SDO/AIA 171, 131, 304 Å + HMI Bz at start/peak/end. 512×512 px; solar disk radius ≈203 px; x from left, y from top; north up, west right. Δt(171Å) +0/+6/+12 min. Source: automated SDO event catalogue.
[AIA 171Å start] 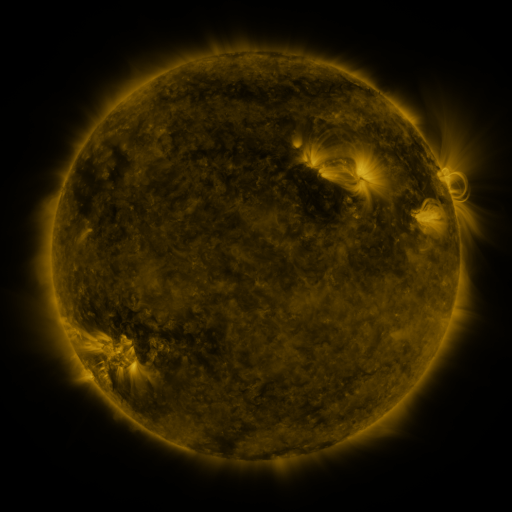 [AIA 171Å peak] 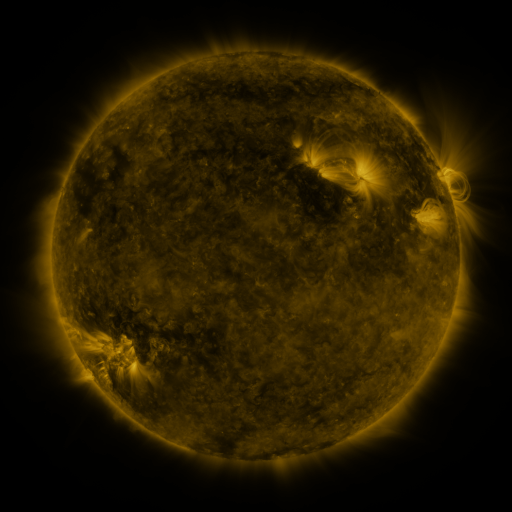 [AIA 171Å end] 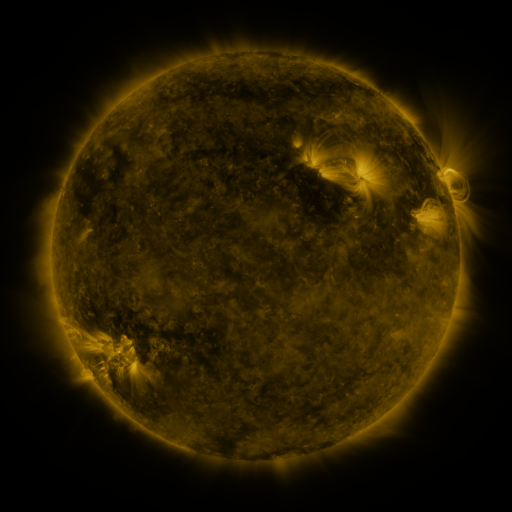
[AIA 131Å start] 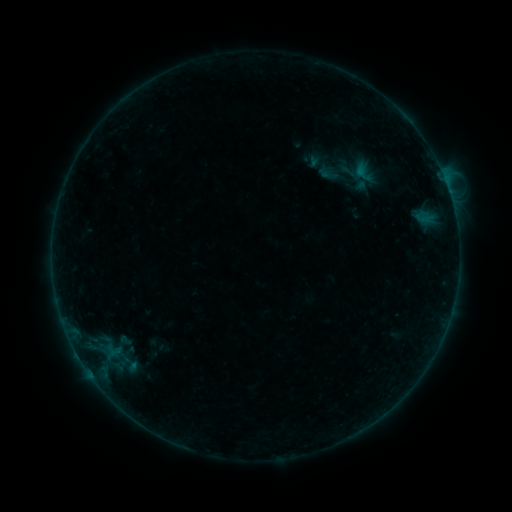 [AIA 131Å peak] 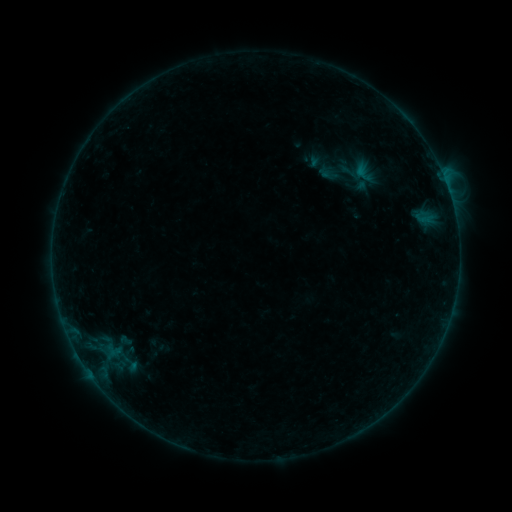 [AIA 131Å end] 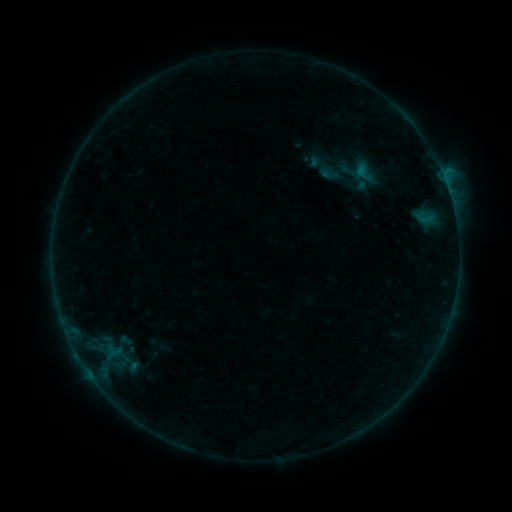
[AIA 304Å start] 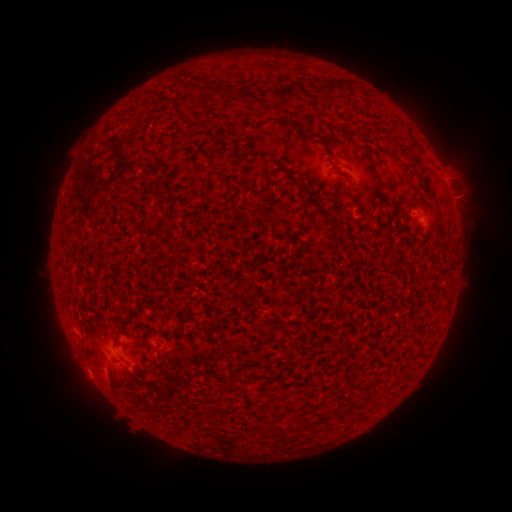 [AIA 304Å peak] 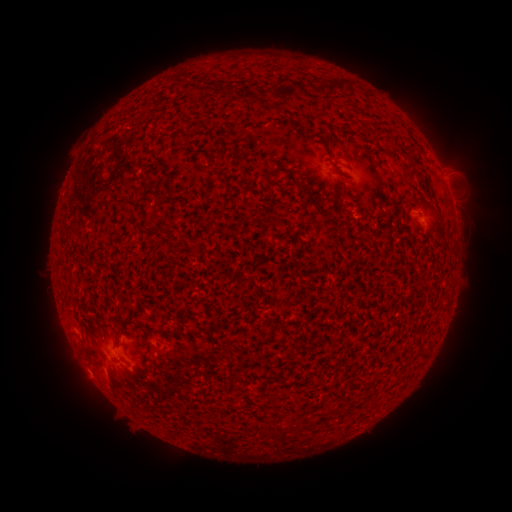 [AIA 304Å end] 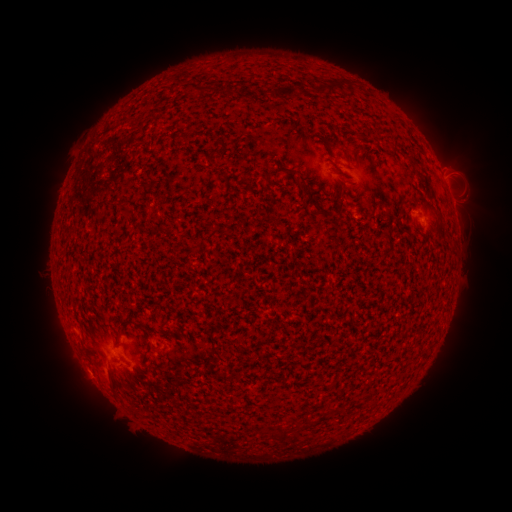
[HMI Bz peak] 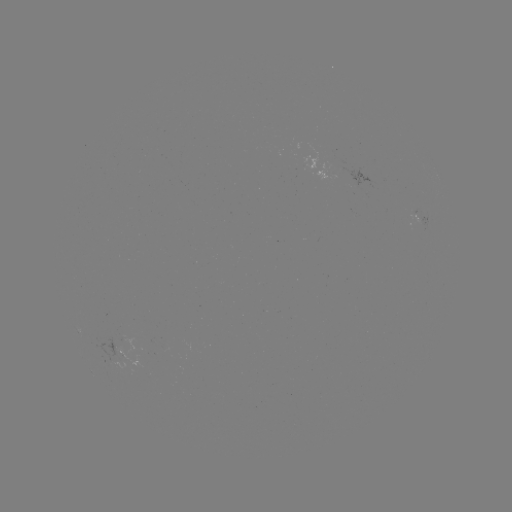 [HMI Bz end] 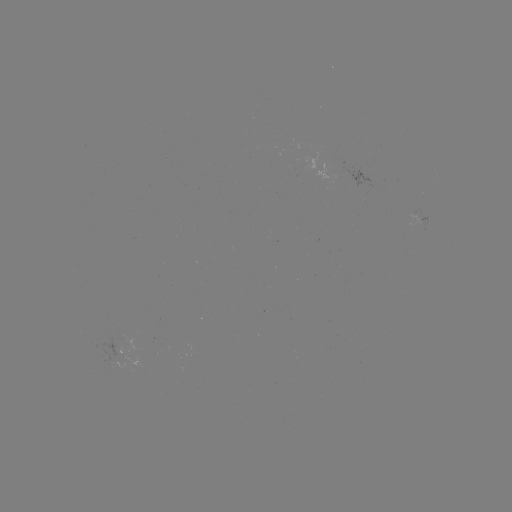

no flare in any classed list; no EUV-trigger detection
